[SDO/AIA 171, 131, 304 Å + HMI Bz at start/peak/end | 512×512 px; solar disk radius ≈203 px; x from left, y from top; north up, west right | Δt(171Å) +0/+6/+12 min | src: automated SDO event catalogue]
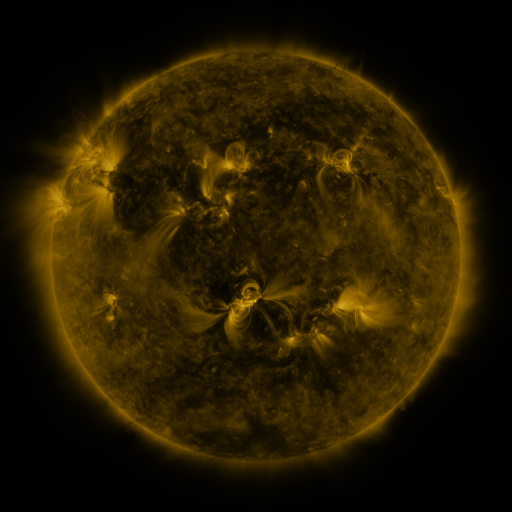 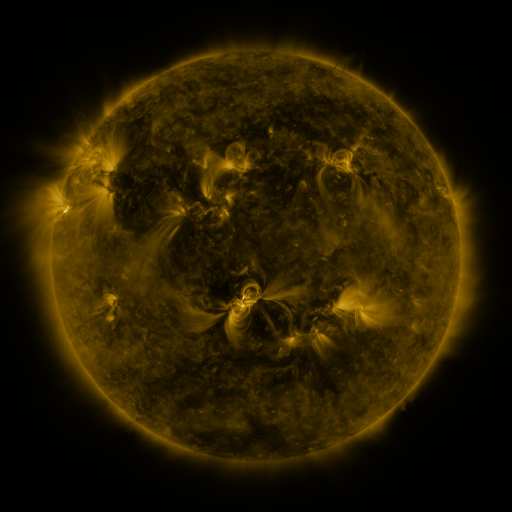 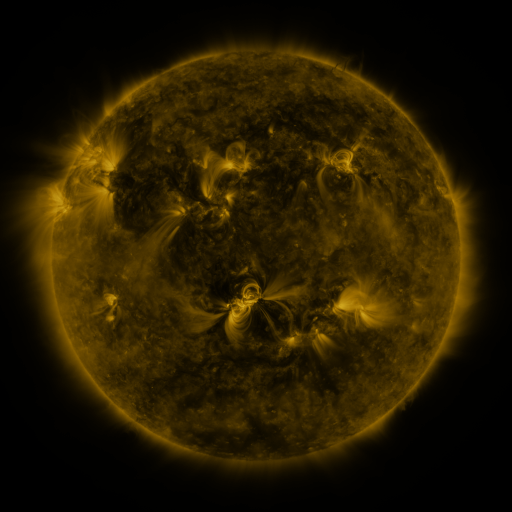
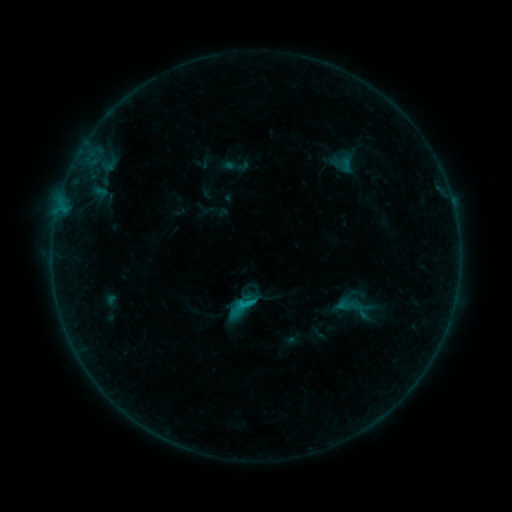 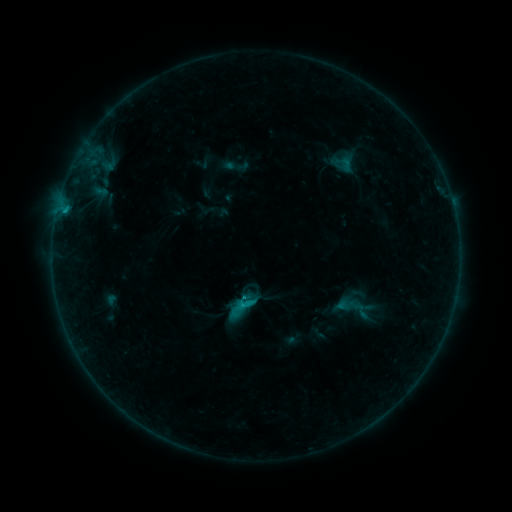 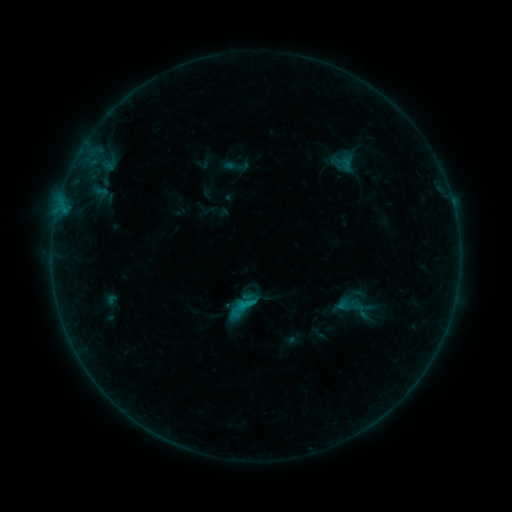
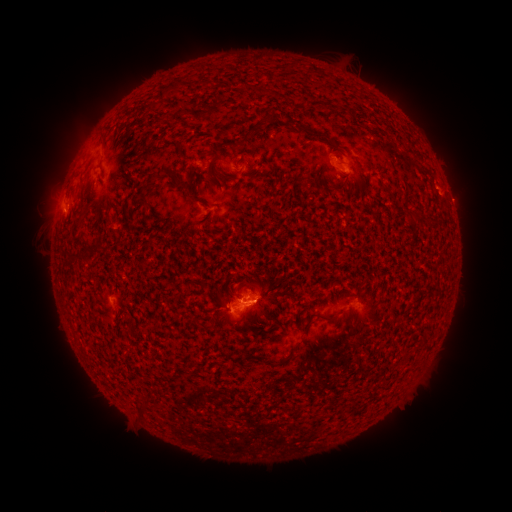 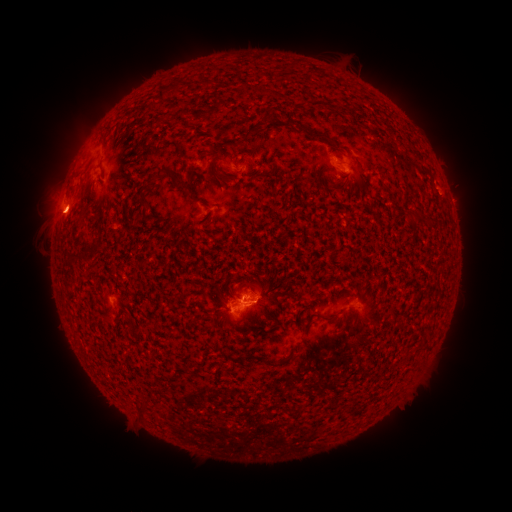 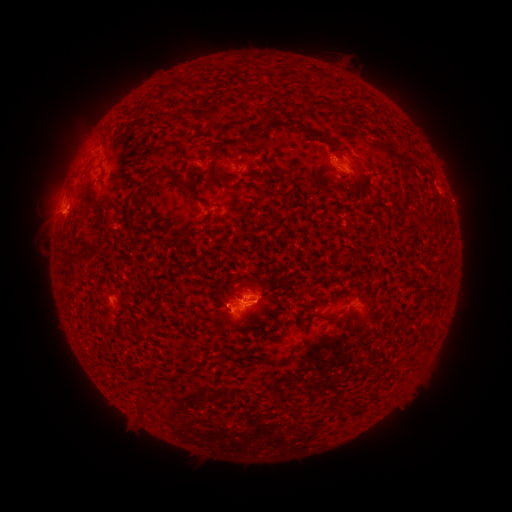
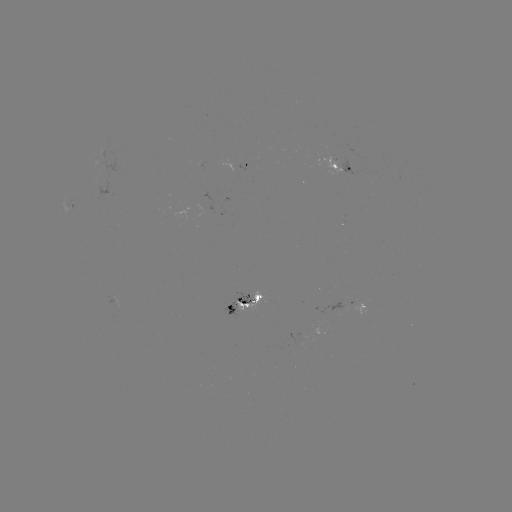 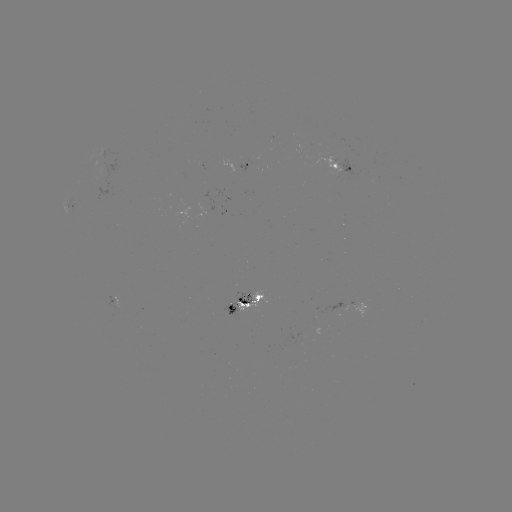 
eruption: [24, 164, 84, 243]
